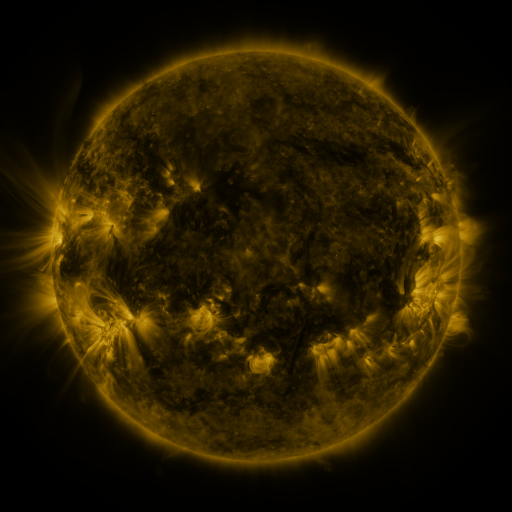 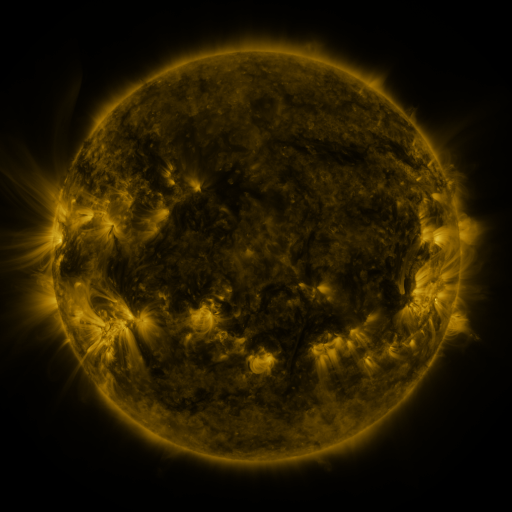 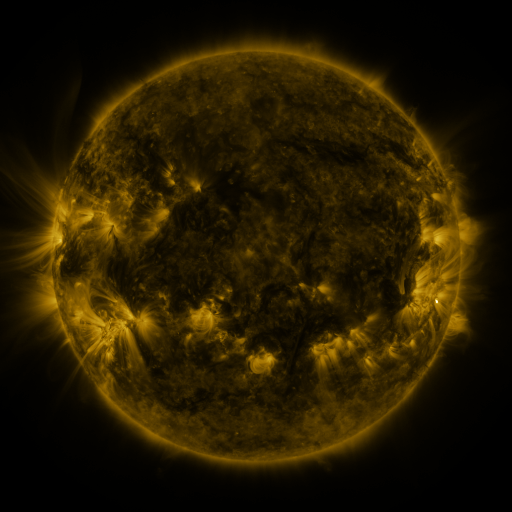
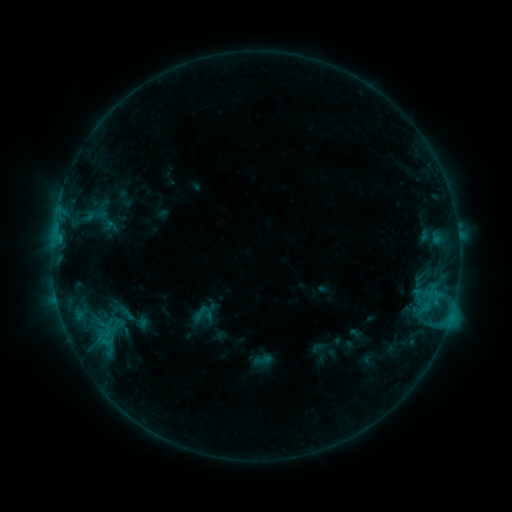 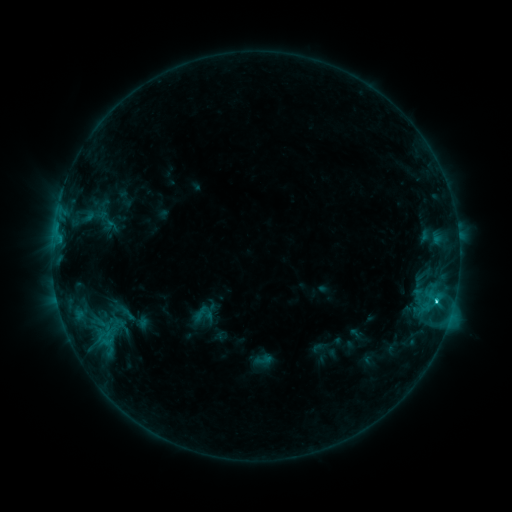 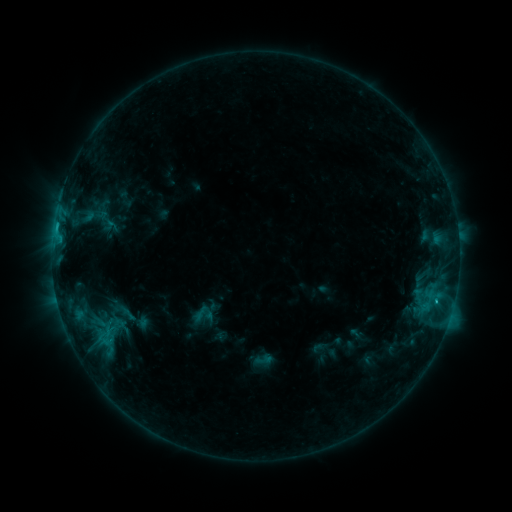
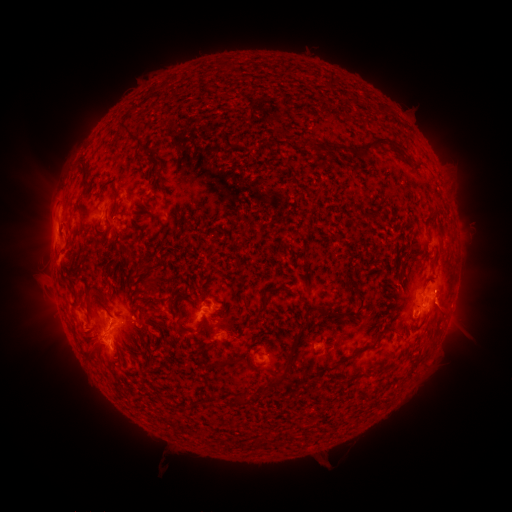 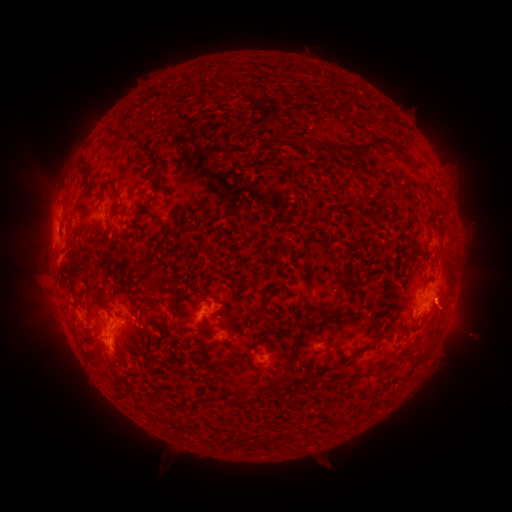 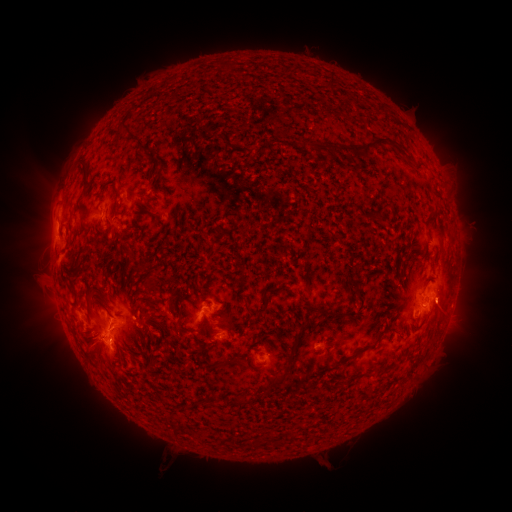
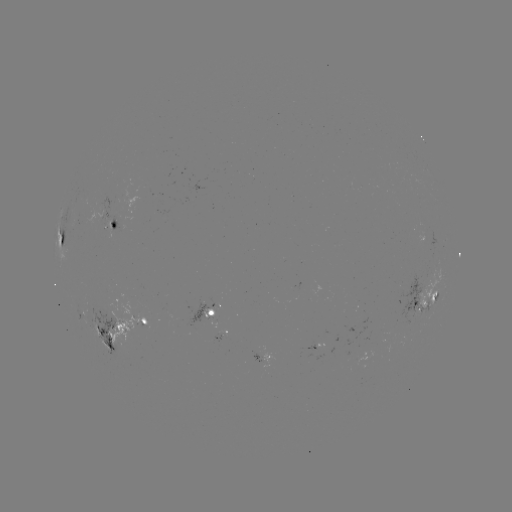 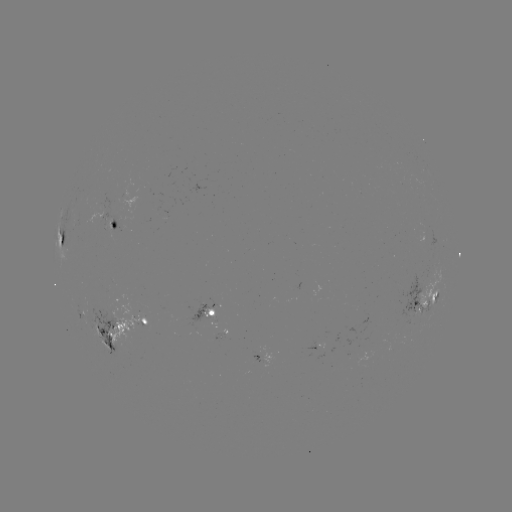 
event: flare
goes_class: C2.6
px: (435, 299)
